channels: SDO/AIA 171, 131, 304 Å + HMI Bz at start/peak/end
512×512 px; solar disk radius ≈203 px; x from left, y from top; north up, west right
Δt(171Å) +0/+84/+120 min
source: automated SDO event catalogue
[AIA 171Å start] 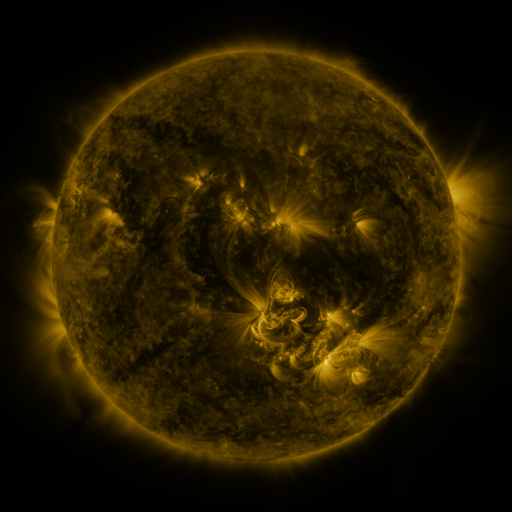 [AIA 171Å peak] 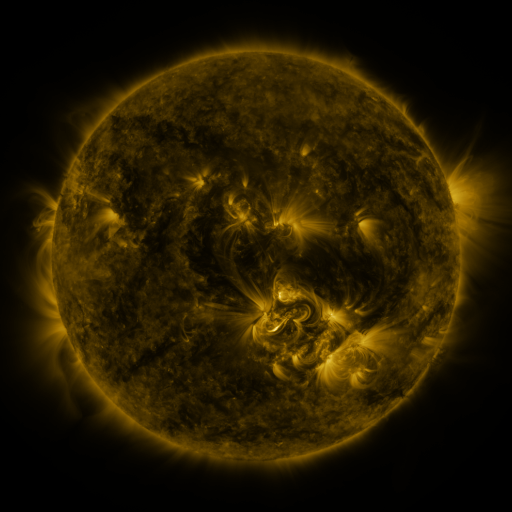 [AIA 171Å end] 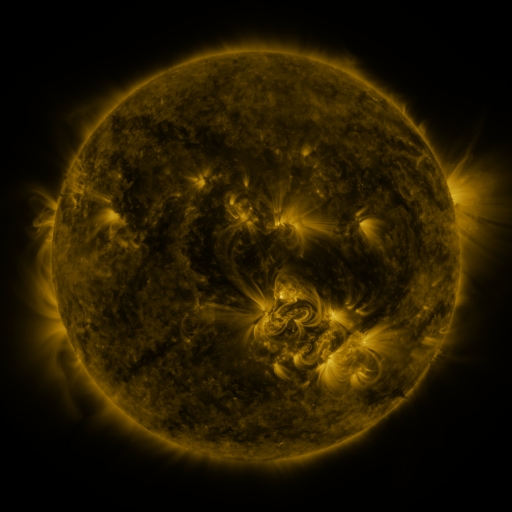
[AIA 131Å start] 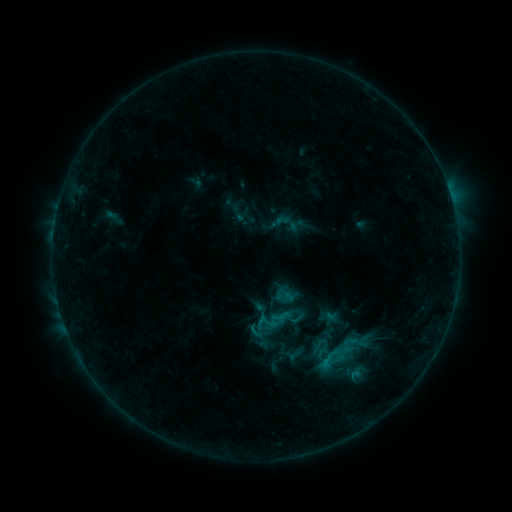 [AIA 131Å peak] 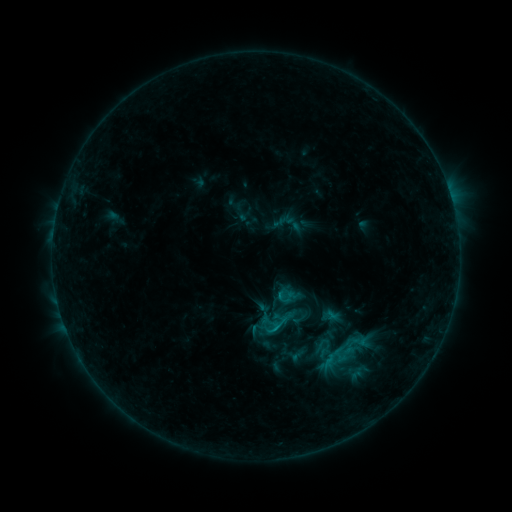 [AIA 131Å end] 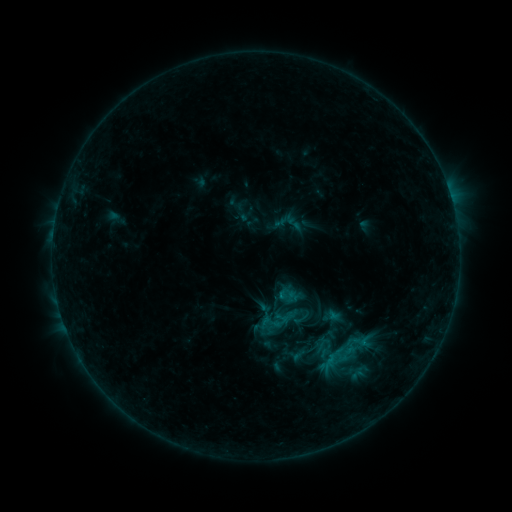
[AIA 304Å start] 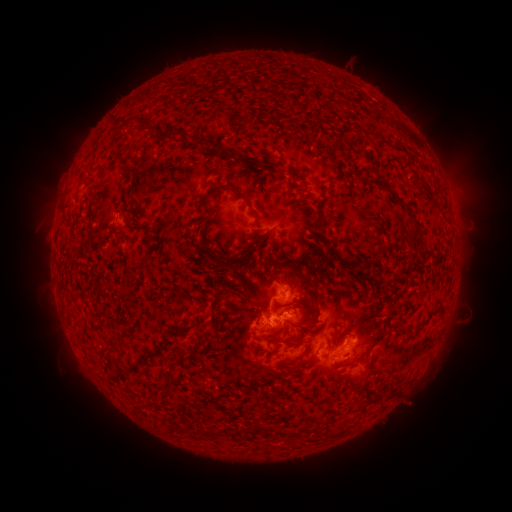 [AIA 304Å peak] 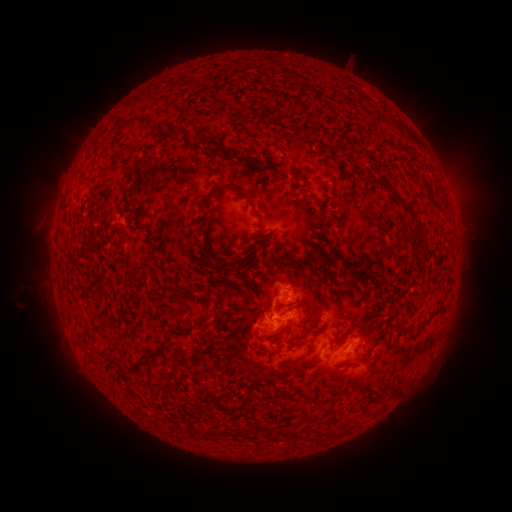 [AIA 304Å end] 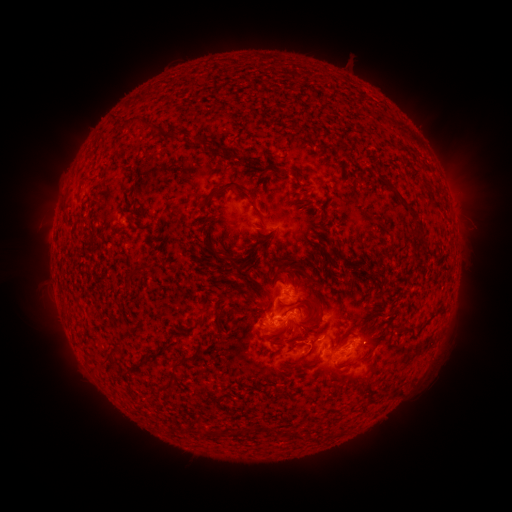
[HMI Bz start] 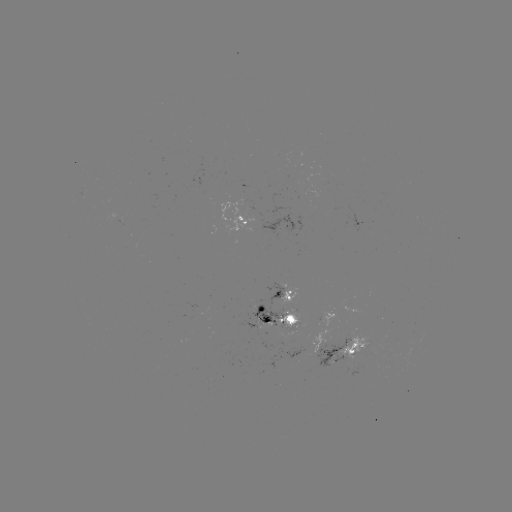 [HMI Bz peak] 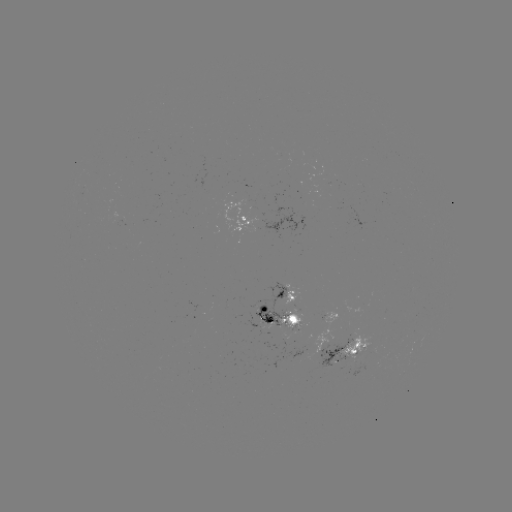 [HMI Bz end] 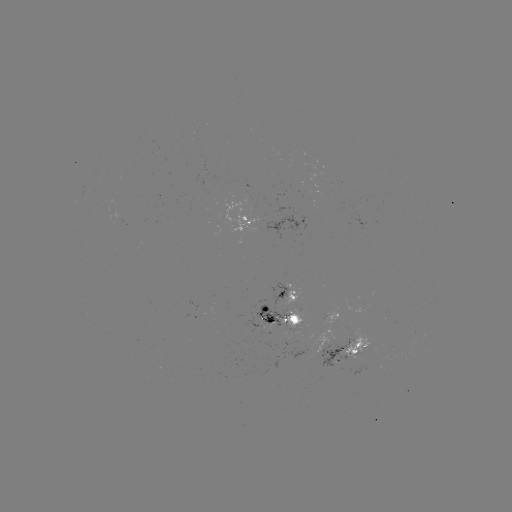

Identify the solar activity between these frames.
emerging-flux region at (355, 350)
